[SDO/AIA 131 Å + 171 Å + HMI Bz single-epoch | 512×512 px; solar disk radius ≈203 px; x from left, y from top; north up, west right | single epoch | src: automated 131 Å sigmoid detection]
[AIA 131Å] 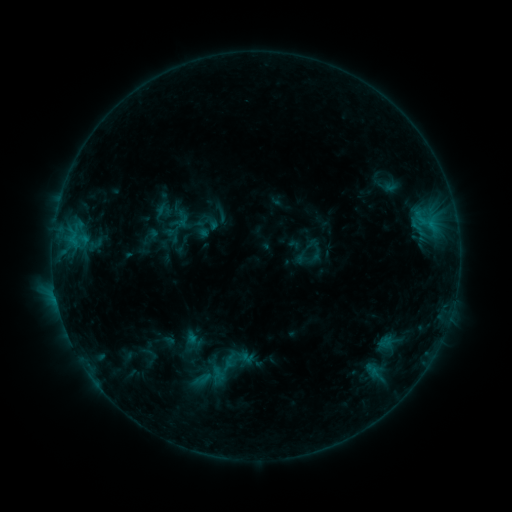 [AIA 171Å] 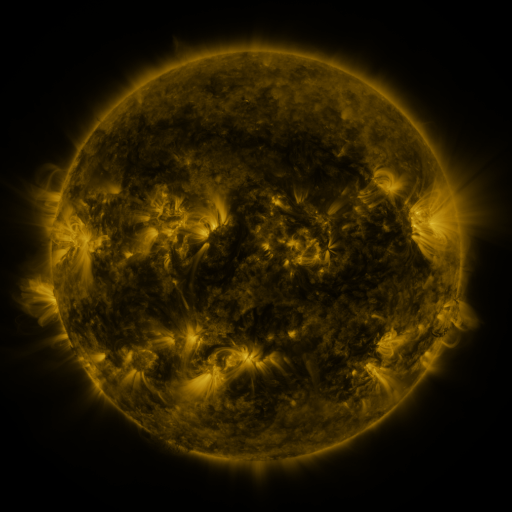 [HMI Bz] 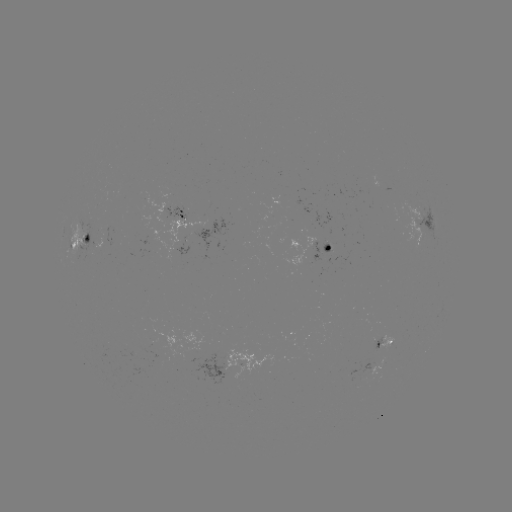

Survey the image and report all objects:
sigmoid: (208, 357, 236, 381)
